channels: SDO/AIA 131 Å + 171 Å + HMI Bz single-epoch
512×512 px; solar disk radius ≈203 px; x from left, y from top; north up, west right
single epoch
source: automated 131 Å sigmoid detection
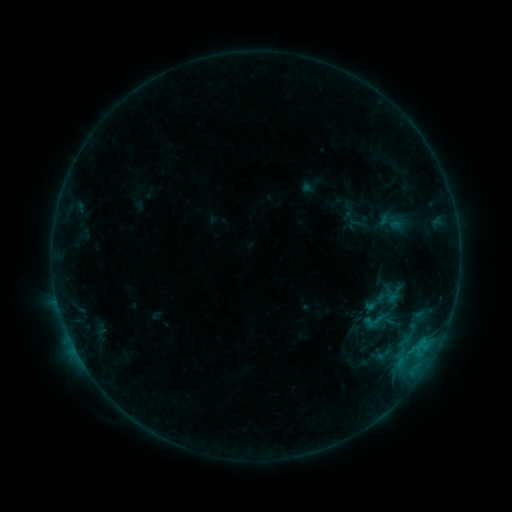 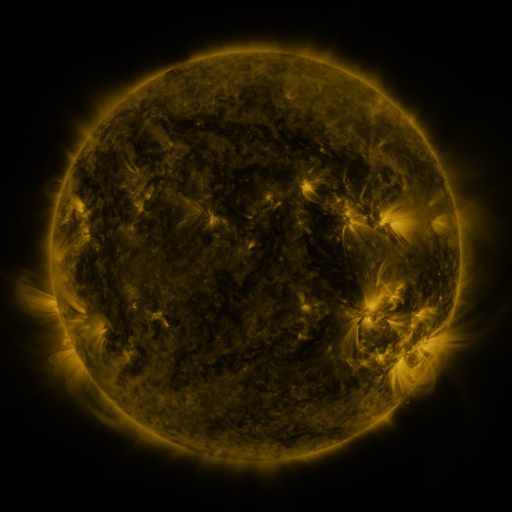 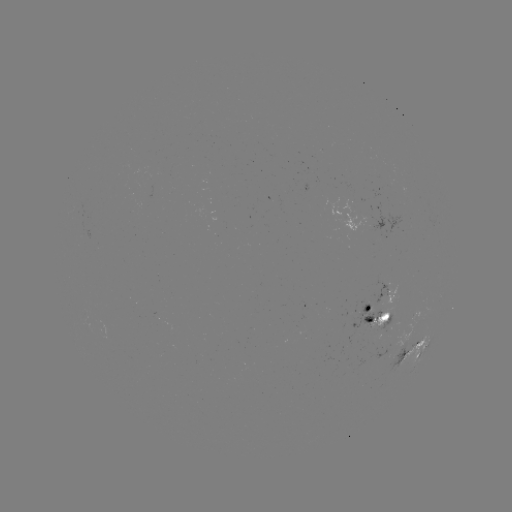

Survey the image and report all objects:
sigmoid: [361, 306, 390, 335]
sigmoid: [374, 345, 394, 365]
